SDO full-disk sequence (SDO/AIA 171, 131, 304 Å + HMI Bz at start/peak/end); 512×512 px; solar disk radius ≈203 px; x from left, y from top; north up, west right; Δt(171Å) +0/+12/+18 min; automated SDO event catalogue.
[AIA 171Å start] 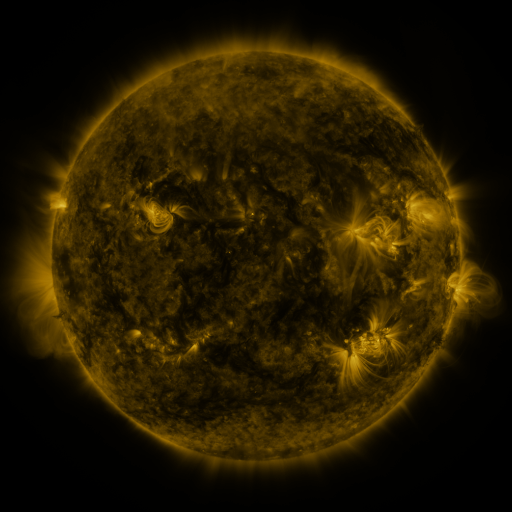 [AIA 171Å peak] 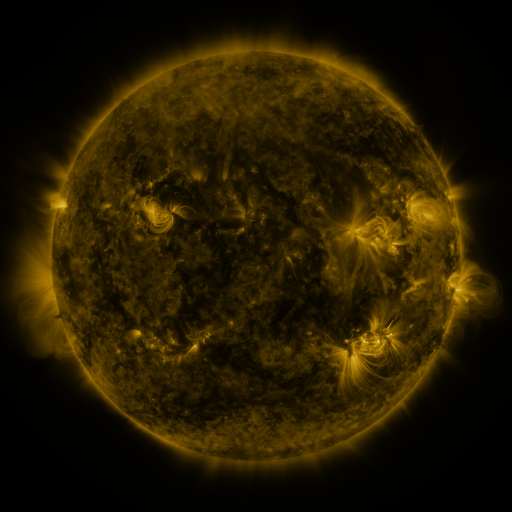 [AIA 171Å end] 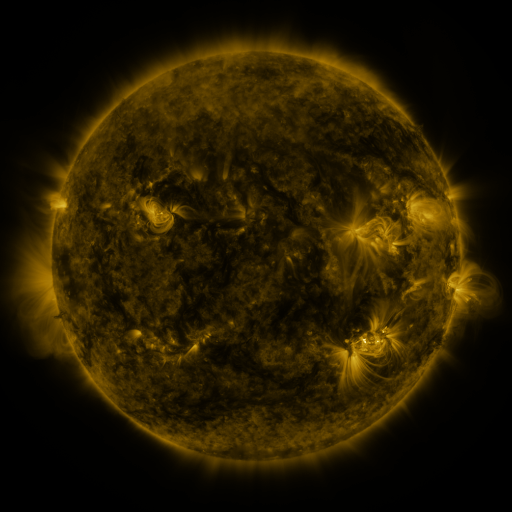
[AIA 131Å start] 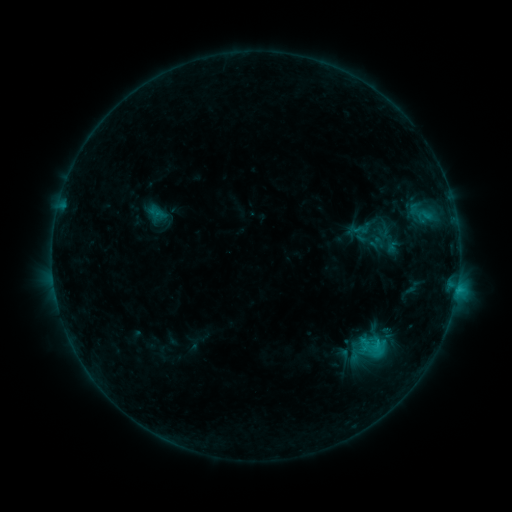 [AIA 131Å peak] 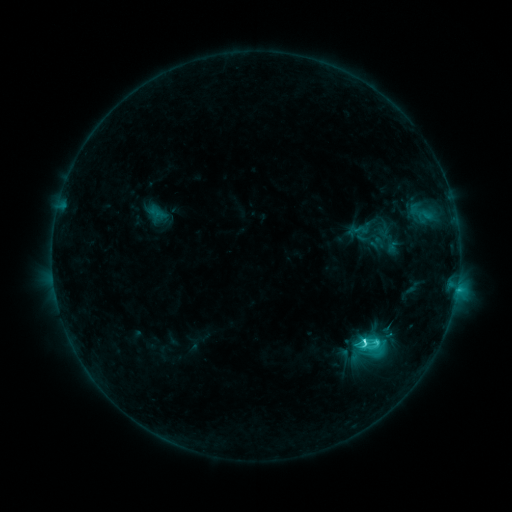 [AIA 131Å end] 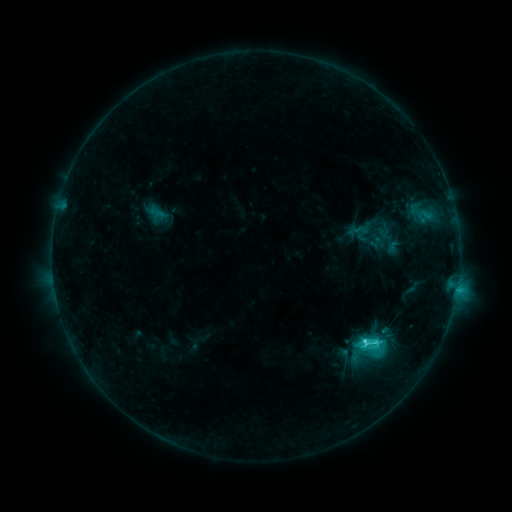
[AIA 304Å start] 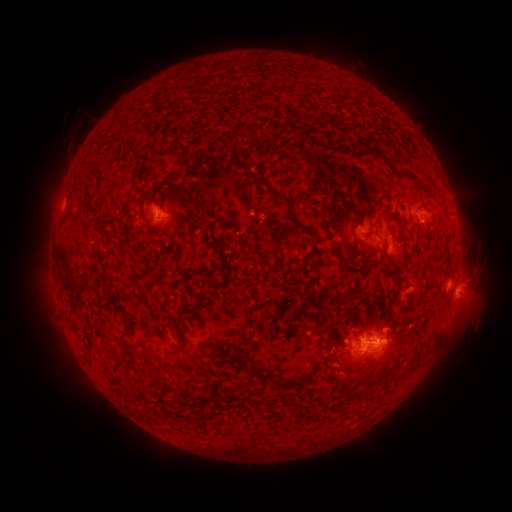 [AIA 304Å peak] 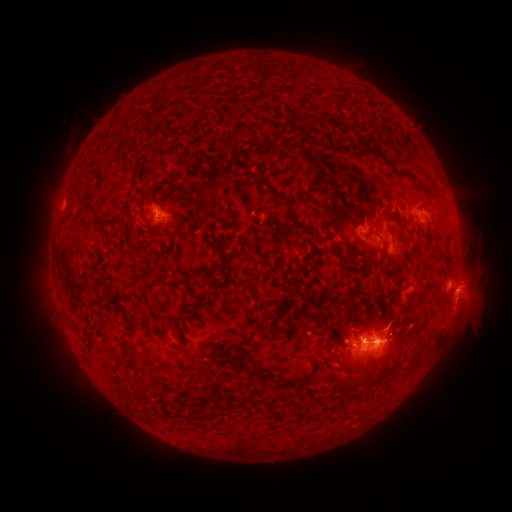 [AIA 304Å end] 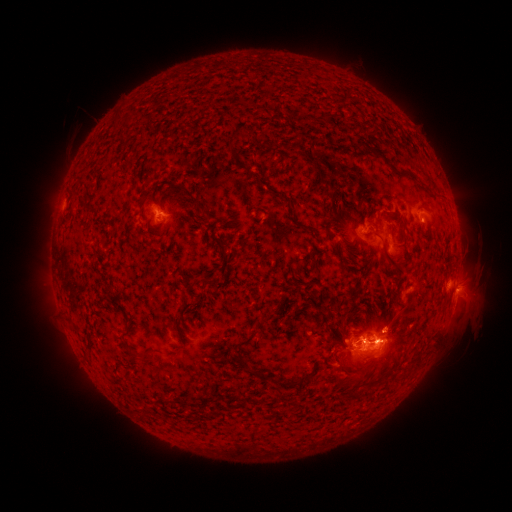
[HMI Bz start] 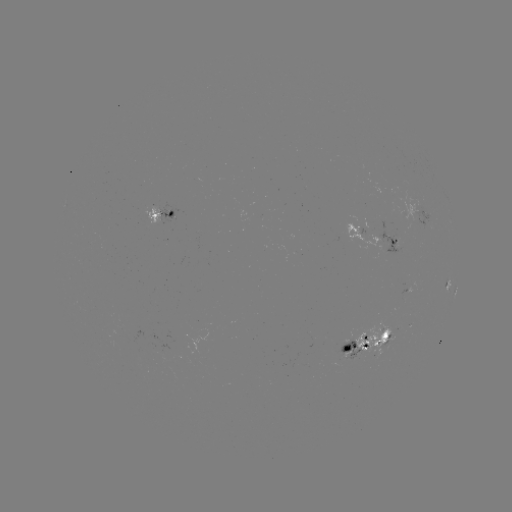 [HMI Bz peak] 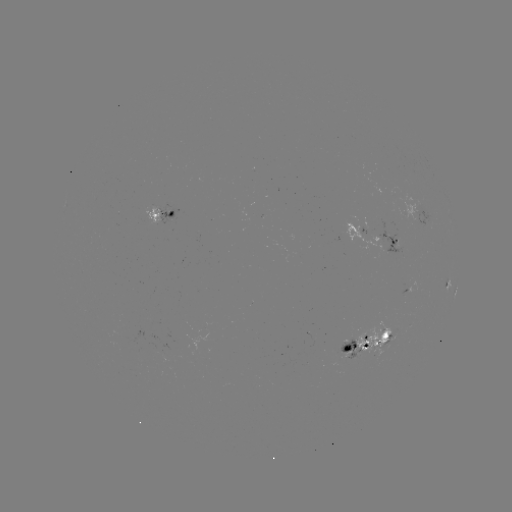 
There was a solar flare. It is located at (363, 340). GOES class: C4.6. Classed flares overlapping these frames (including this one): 1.